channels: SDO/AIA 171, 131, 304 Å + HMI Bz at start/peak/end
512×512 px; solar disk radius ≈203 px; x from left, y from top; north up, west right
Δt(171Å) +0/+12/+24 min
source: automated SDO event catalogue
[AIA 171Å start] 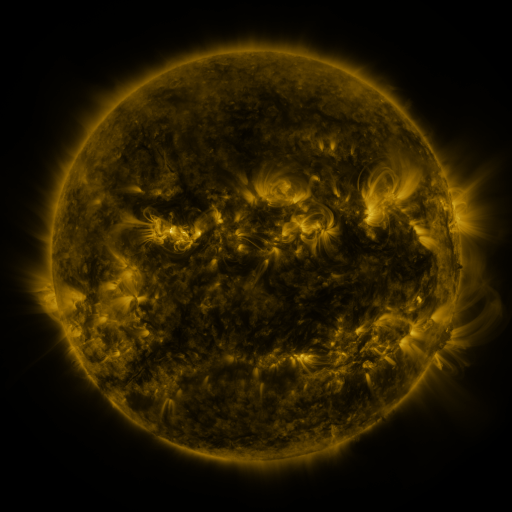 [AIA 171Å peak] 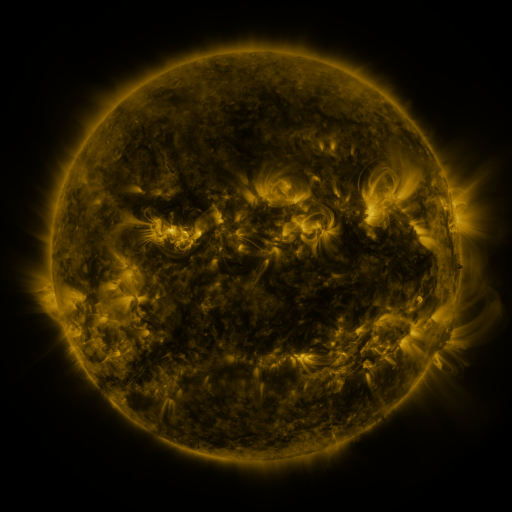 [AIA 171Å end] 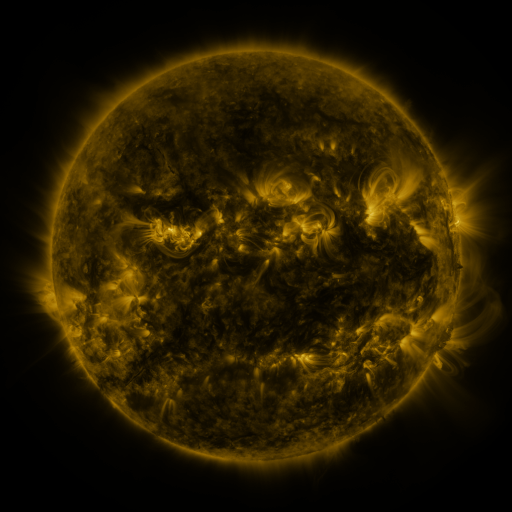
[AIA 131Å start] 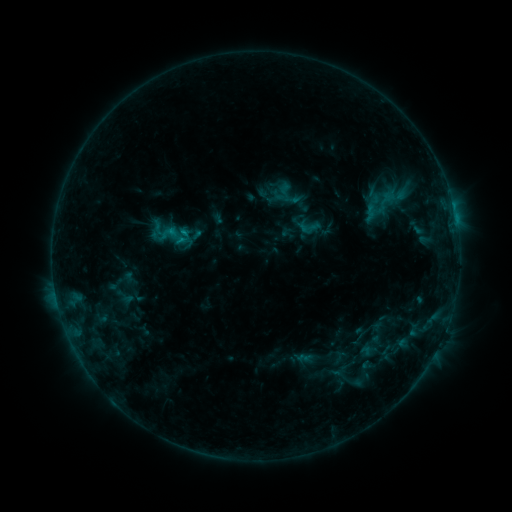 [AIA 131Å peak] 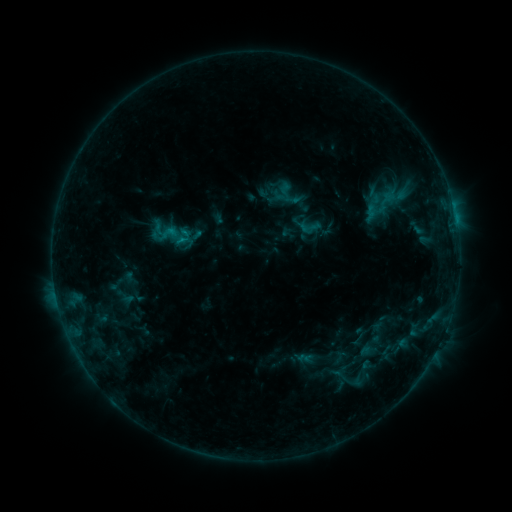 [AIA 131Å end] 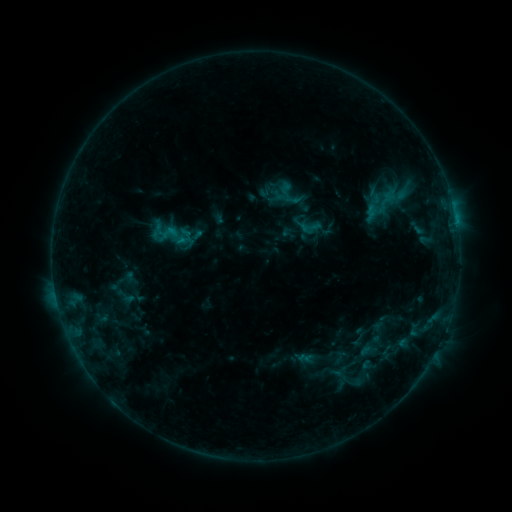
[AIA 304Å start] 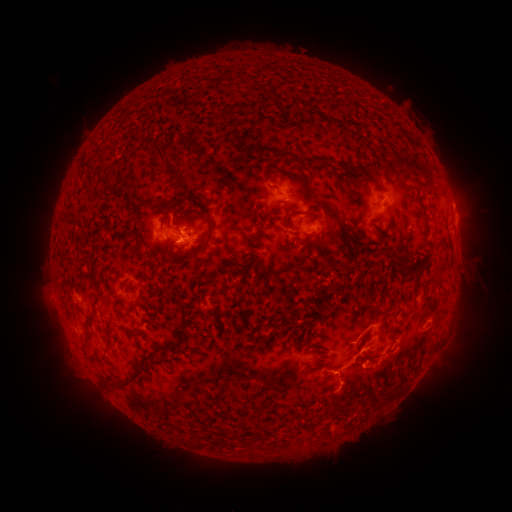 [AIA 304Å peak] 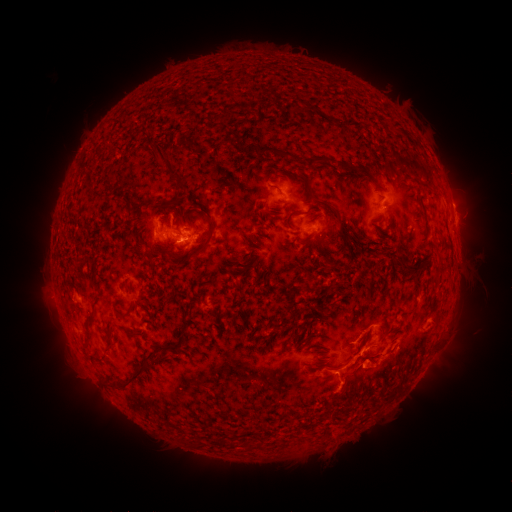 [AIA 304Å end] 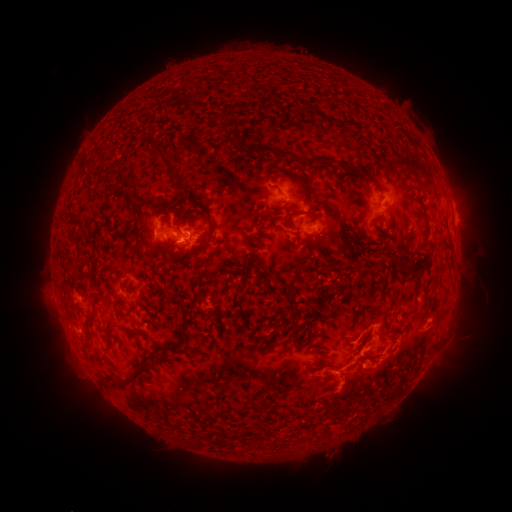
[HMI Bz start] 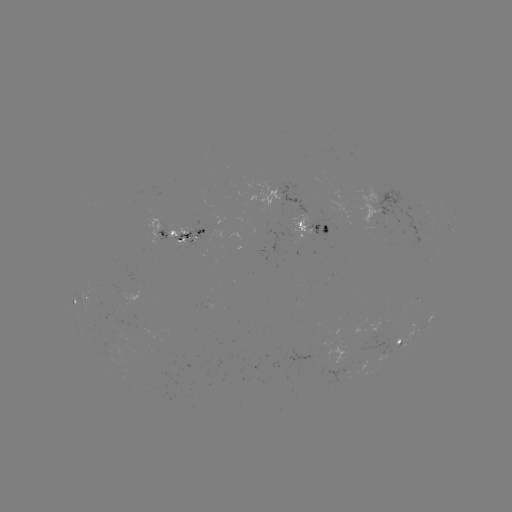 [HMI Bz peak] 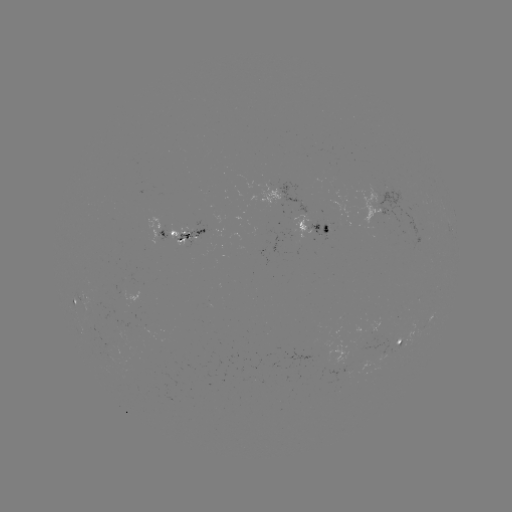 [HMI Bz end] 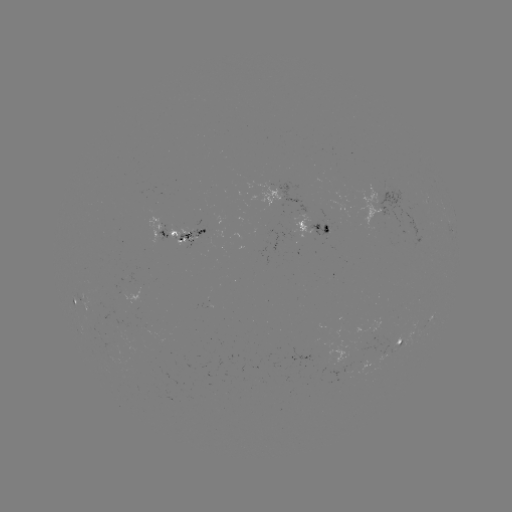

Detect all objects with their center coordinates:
eruption: (331, 449)
